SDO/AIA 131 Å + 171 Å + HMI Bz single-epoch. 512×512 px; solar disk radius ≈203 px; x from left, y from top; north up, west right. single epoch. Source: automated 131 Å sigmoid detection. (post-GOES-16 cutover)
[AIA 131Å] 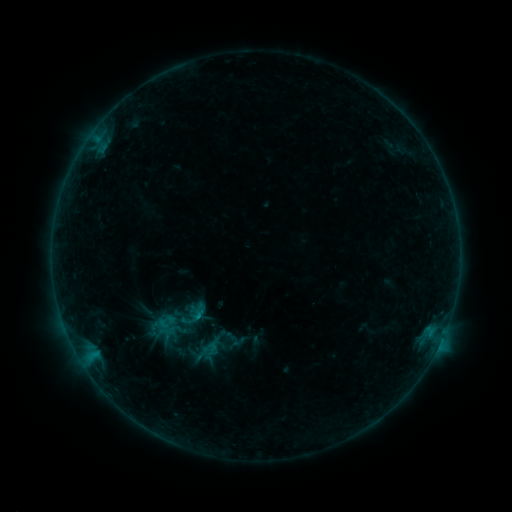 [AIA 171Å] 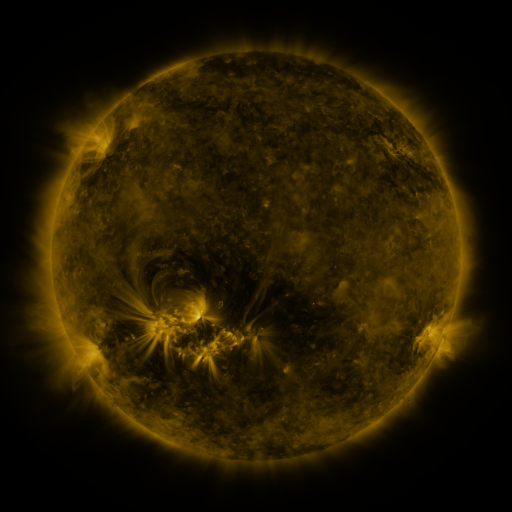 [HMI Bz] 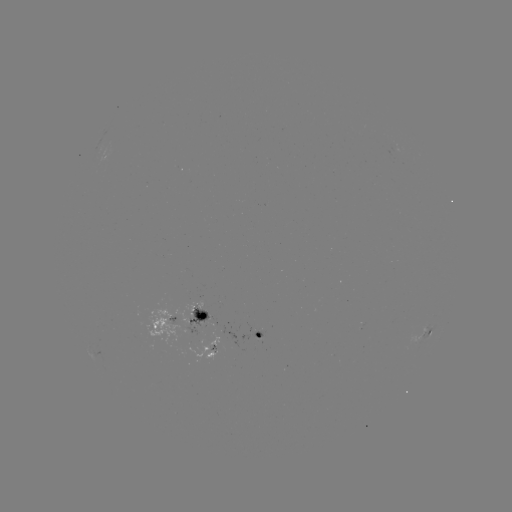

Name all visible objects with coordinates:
sigmoid: <bbox>199, 339, 221, 357</bbox>
